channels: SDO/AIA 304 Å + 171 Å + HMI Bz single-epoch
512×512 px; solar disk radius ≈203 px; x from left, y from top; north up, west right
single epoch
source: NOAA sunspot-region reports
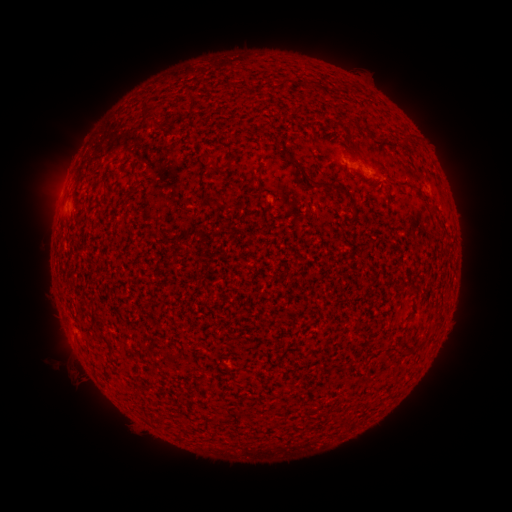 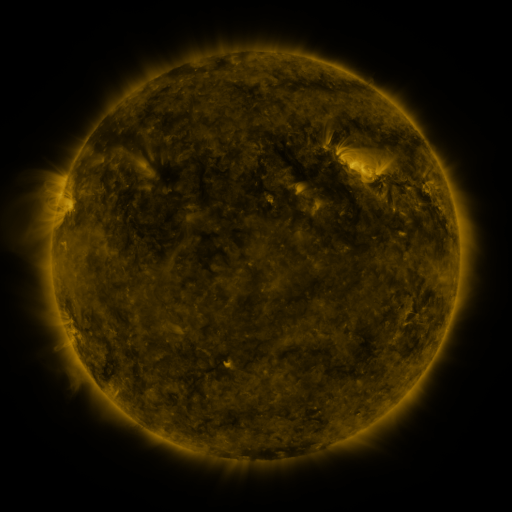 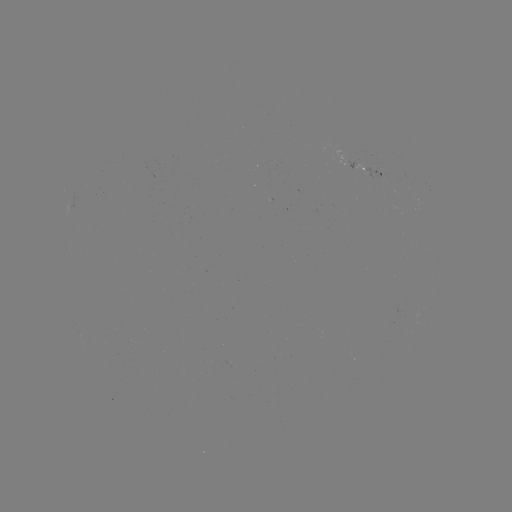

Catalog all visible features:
spotted active region: (366, 171)
